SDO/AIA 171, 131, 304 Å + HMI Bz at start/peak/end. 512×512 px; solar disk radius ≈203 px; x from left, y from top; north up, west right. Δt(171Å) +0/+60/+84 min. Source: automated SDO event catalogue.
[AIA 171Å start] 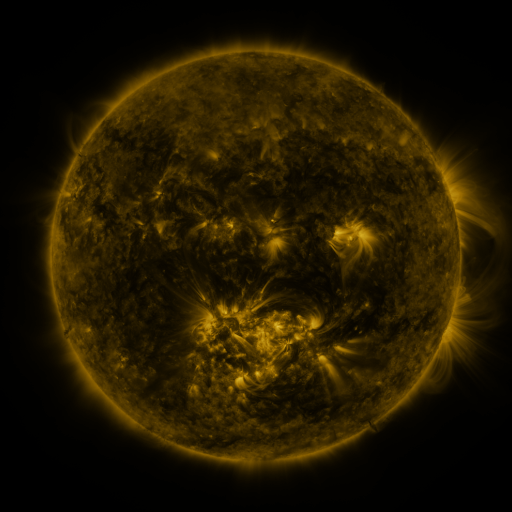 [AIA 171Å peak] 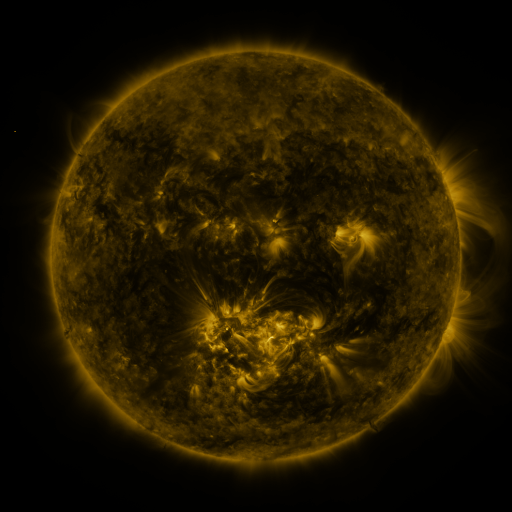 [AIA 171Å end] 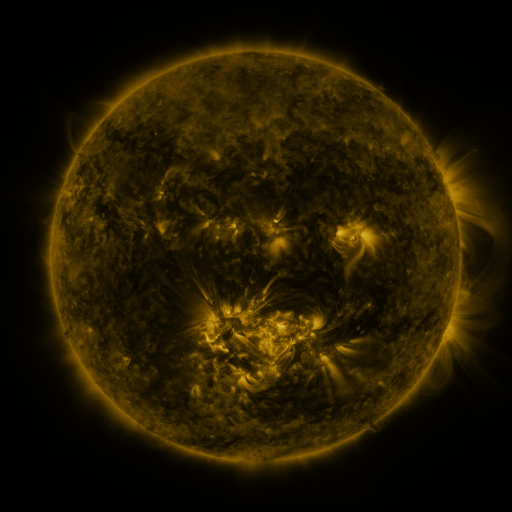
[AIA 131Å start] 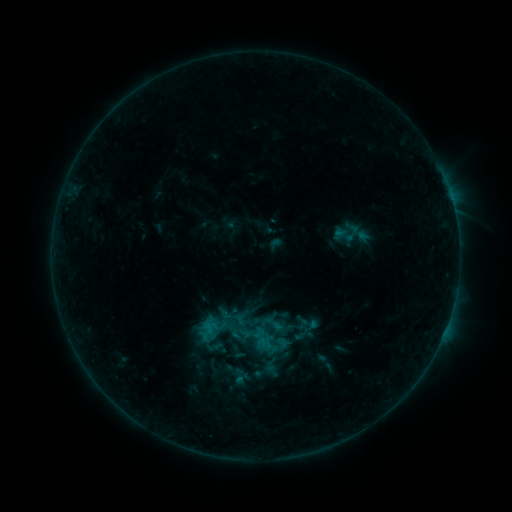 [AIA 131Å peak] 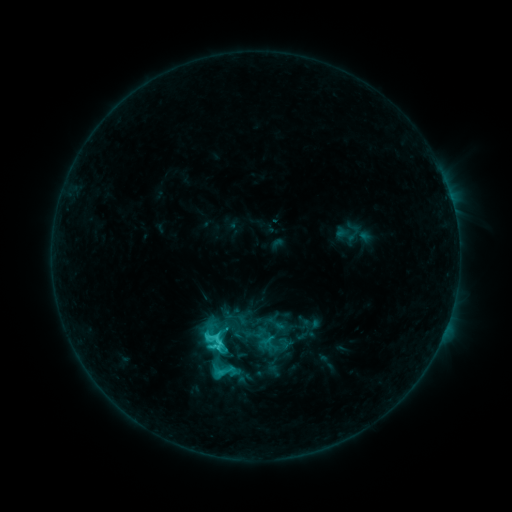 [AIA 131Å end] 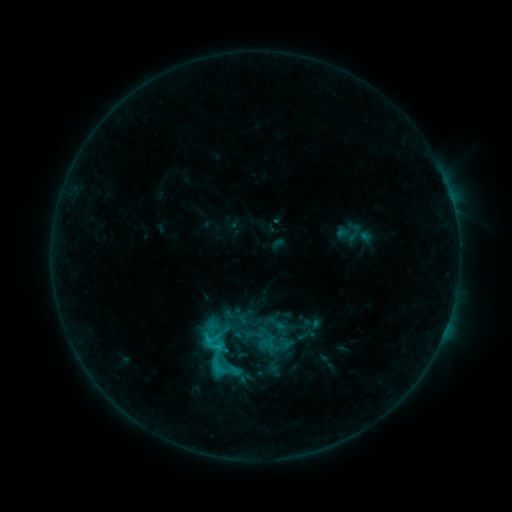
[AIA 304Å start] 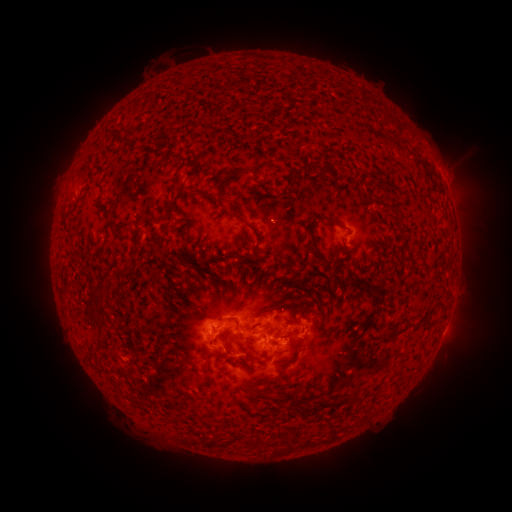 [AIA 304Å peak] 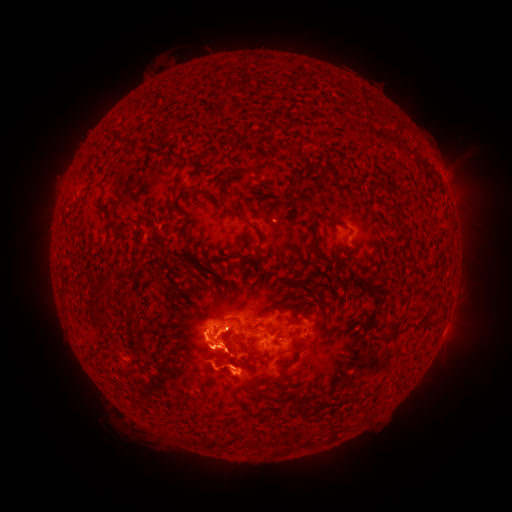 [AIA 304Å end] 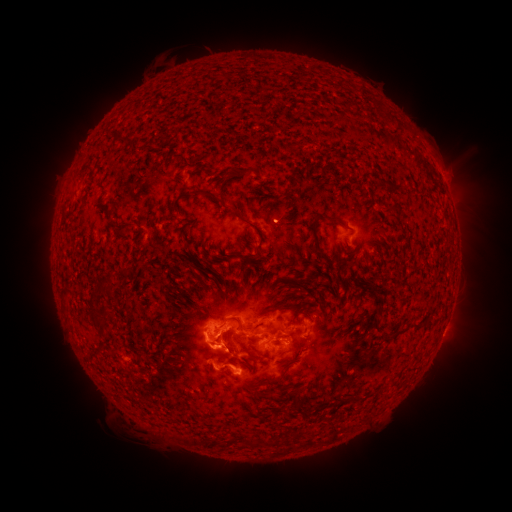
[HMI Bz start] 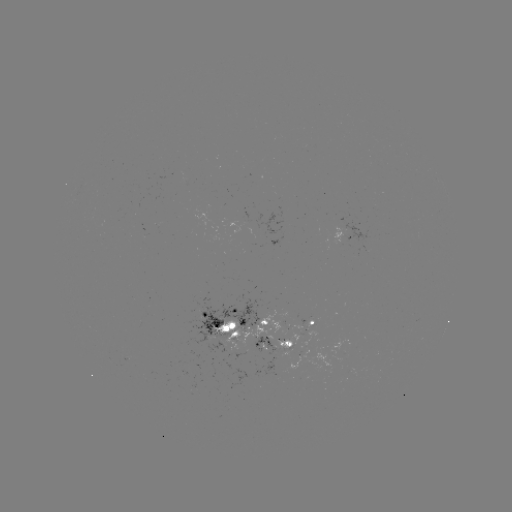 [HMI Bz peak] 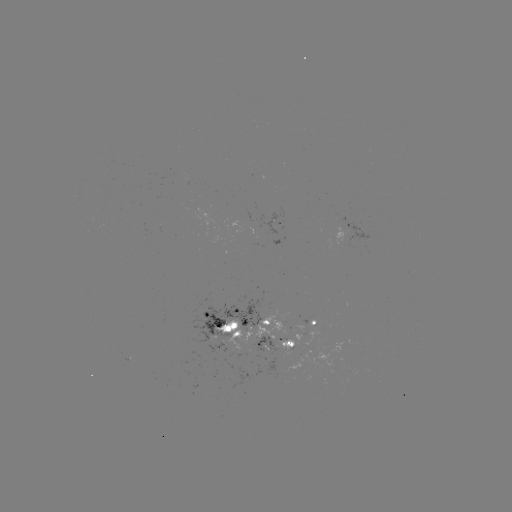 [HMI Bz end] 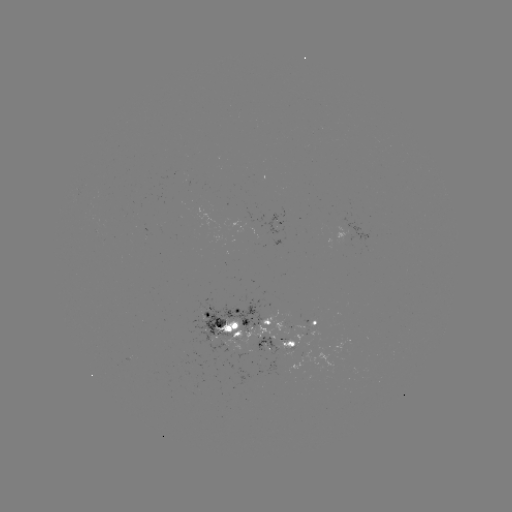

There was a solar flare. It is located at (219, 345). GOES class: C5.6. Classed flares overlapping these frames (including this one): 1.